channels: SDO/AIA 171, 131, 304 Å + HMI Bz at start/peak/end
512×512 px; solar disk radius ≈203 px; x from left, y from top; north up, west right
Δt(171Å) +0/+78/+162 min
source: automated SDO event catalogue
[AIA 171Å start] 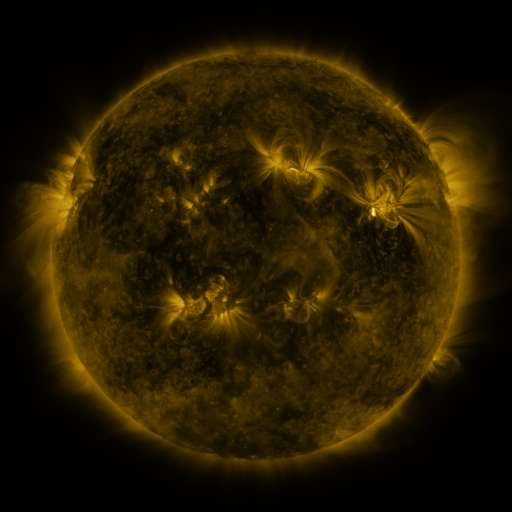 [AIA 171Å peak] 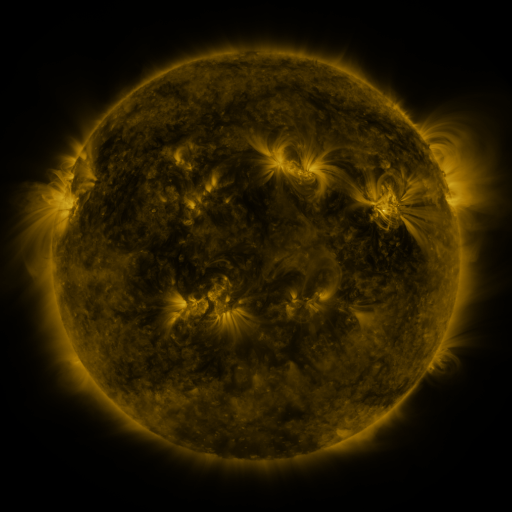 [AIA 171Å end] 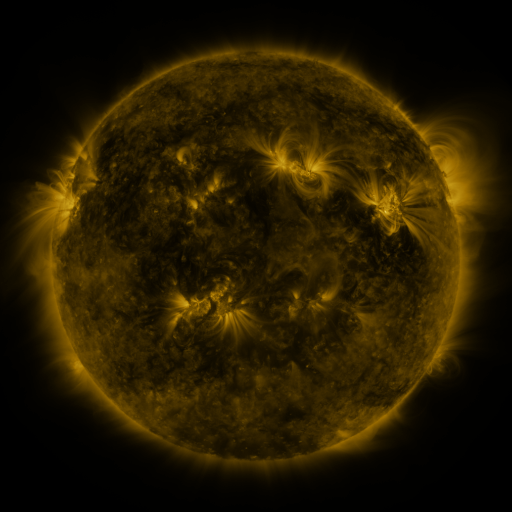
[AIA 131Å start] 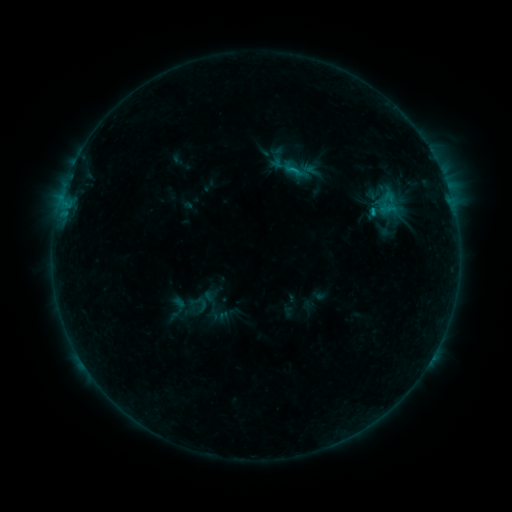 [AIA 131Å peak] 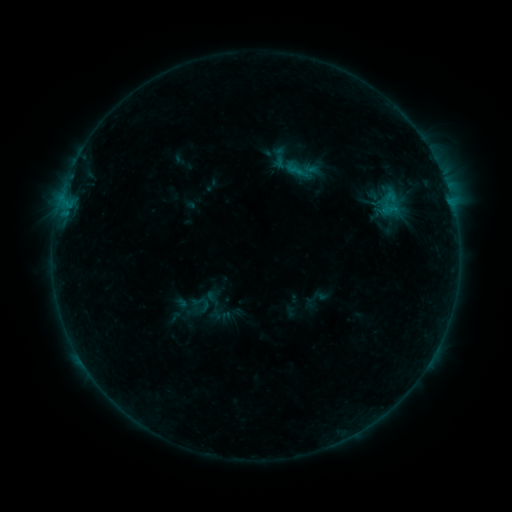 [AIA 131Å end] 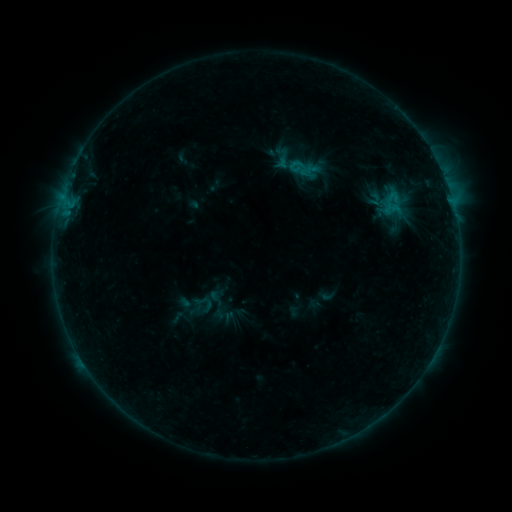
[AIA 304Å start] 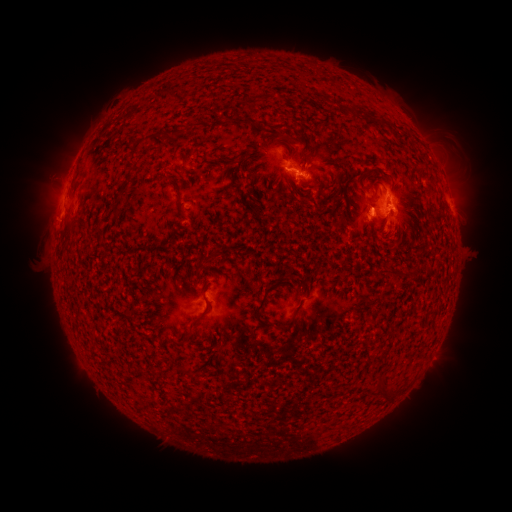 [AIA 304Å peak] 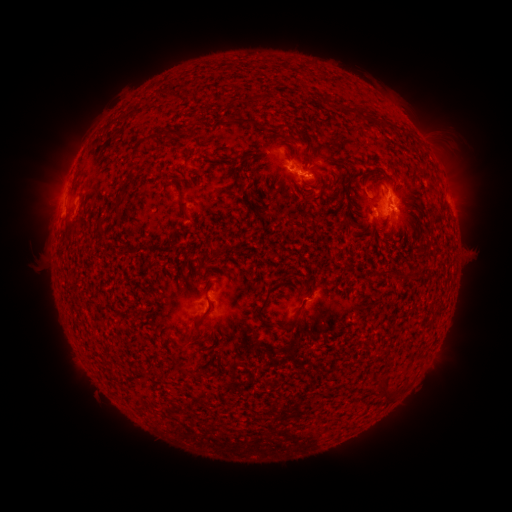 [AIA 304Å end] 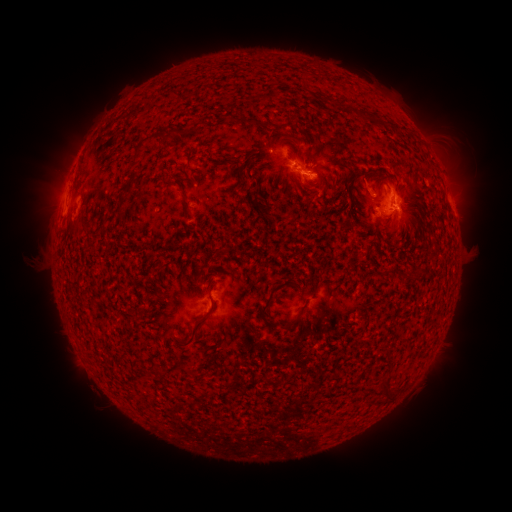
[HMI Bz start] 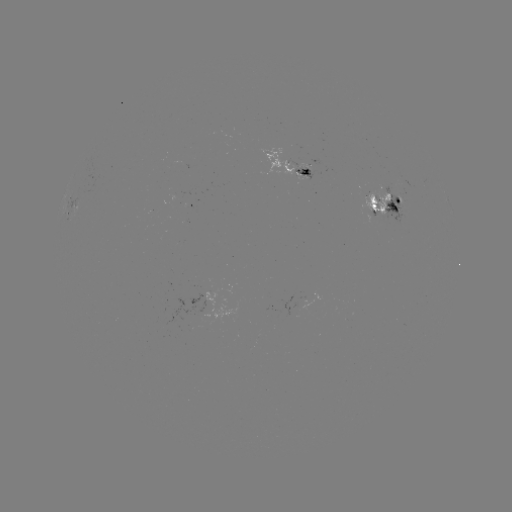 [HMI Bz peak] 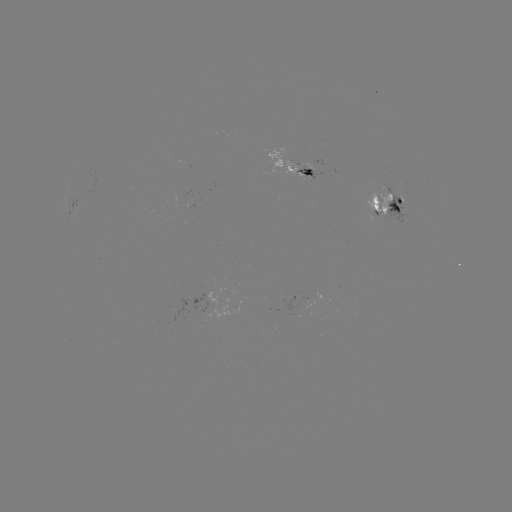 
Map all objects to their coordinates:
emerging-flux region: (308, 174)
